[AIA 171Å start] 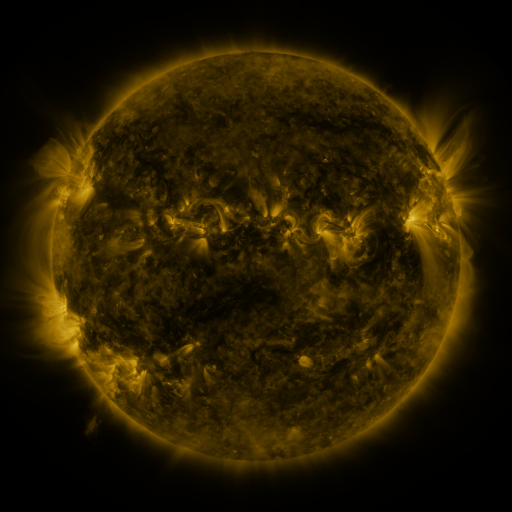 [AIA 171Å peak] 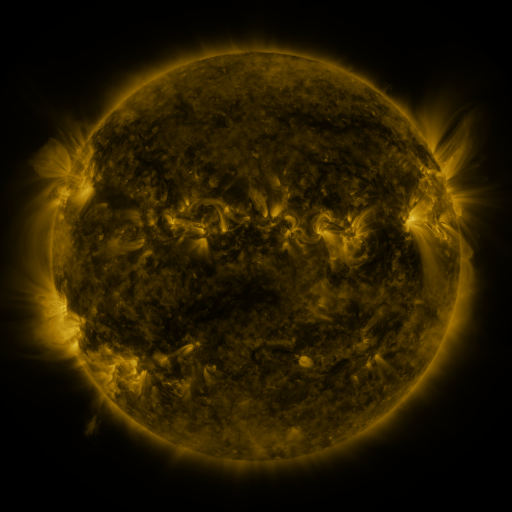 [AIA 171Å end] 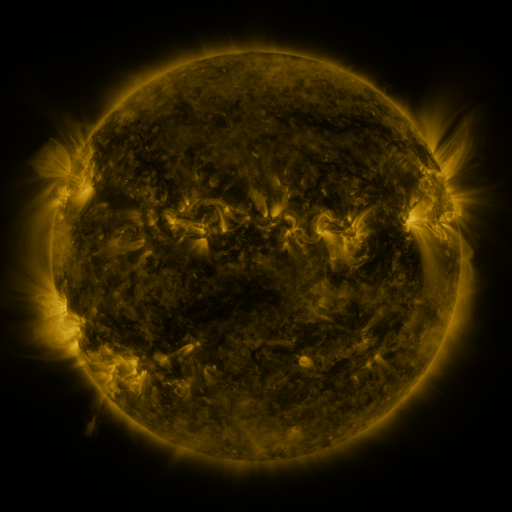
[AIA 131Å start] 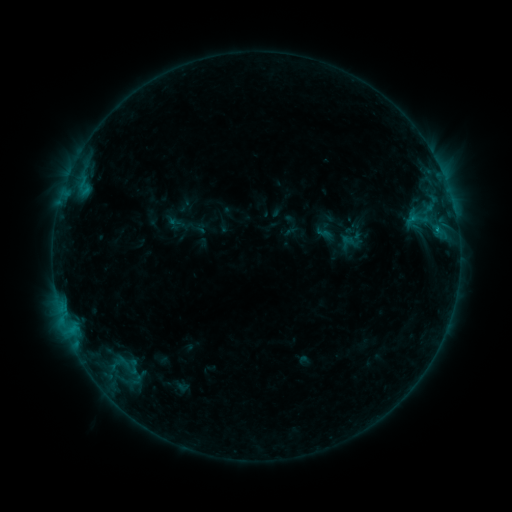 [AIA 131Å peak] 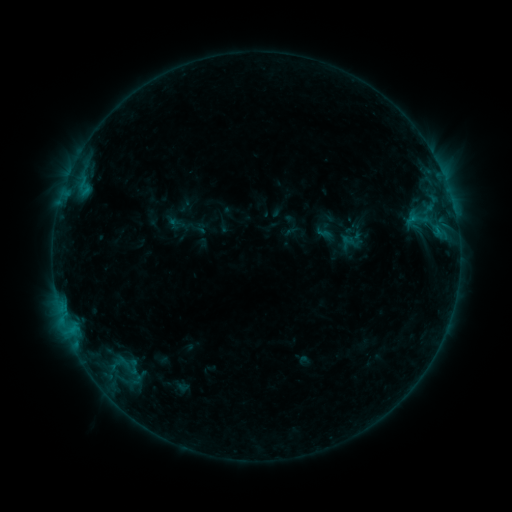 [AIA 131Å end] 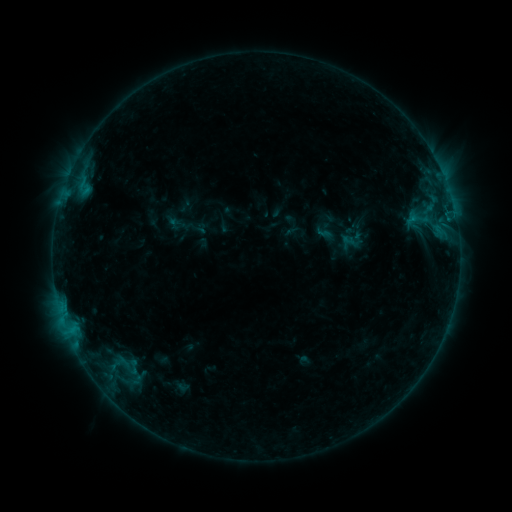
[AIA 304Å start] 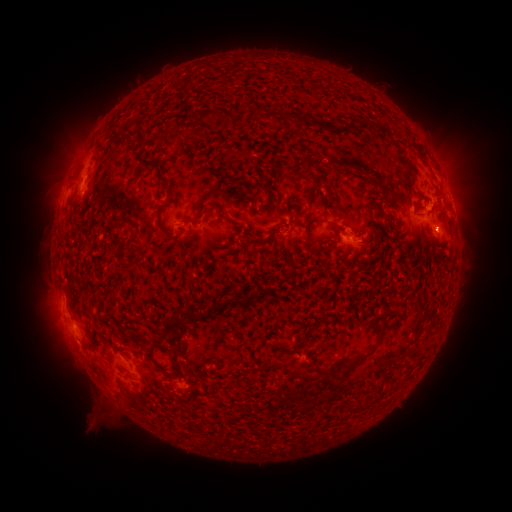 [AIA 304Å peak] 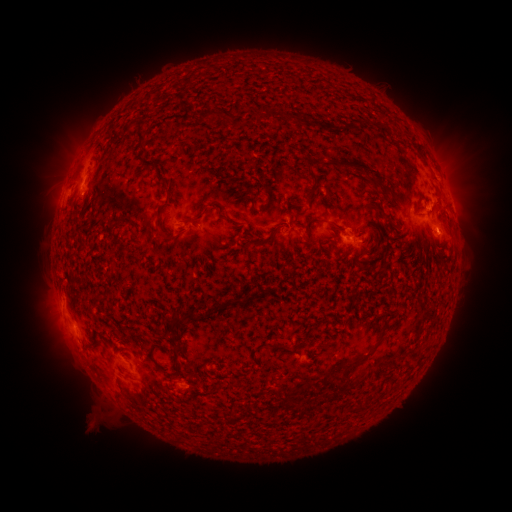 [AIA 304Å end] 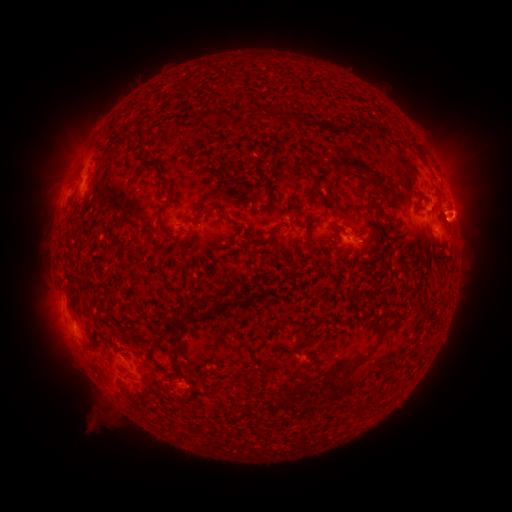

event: eruption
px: (466, 215)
